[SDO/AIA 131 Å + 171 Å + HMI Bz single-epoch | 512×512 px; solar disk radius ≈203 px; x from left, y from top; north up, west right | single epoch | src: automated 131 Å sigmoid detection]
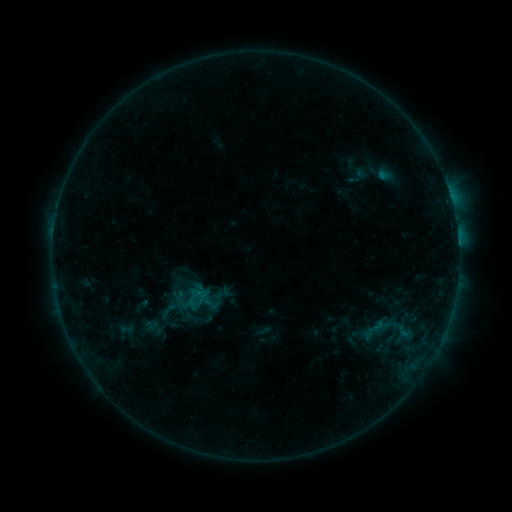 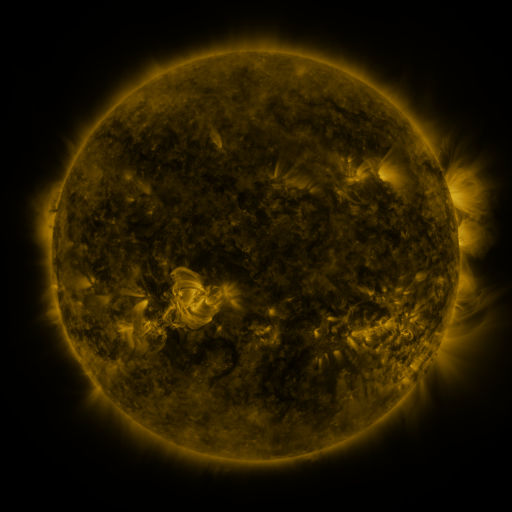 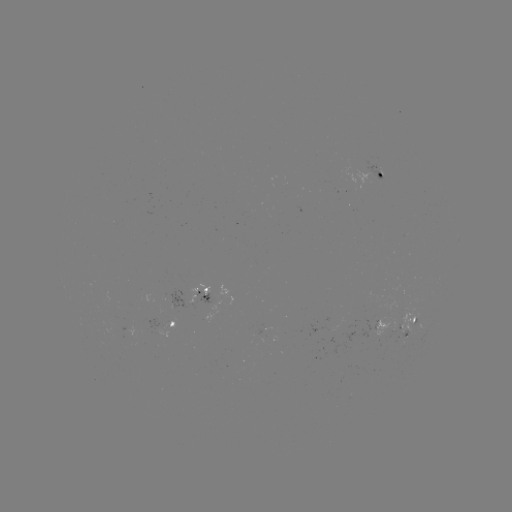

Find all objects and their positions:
sigmoid: [152, 296, 183, 322]
sigmoid: [367, 314, 389, 336]
